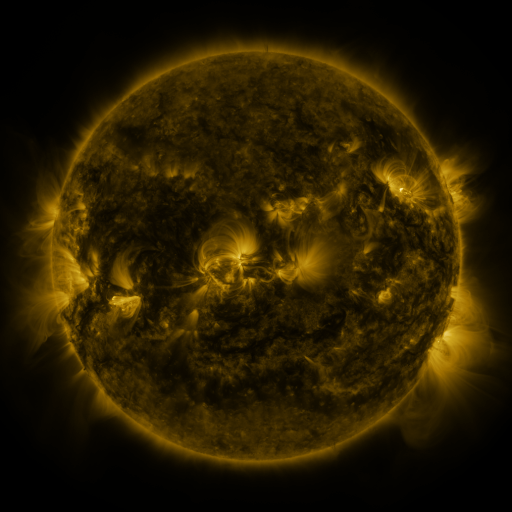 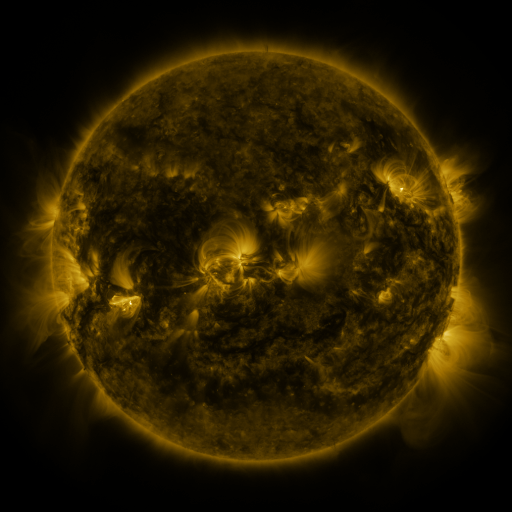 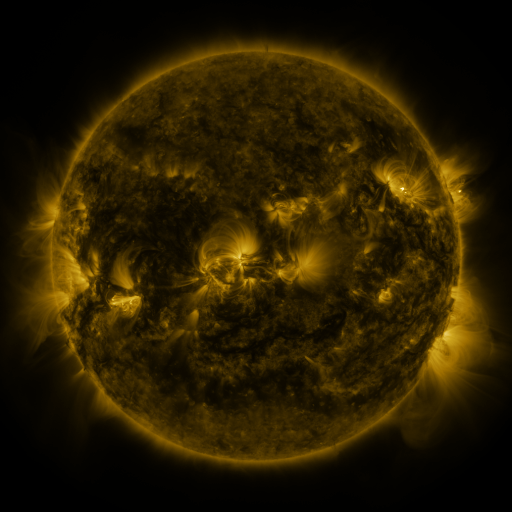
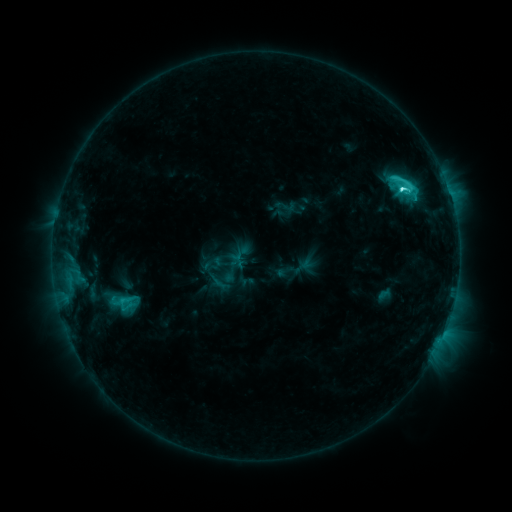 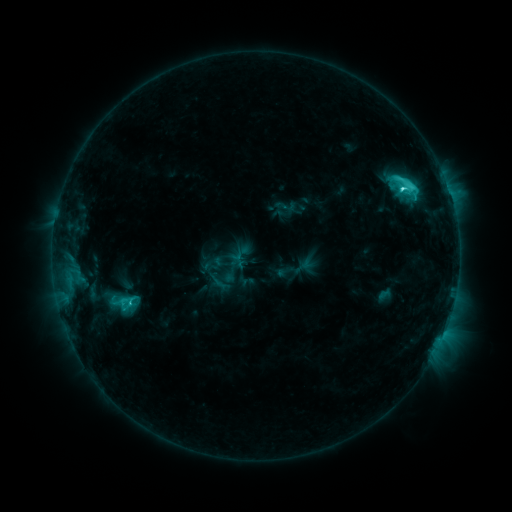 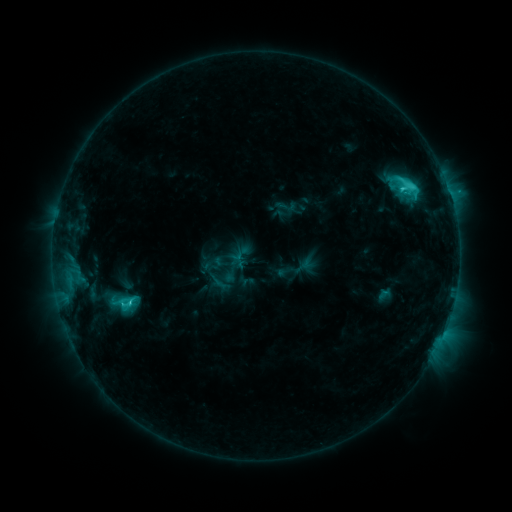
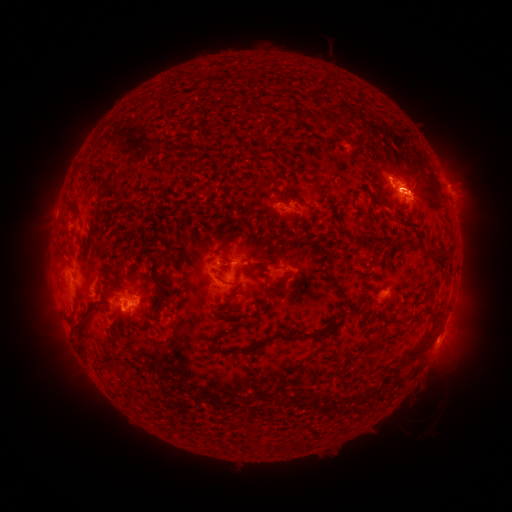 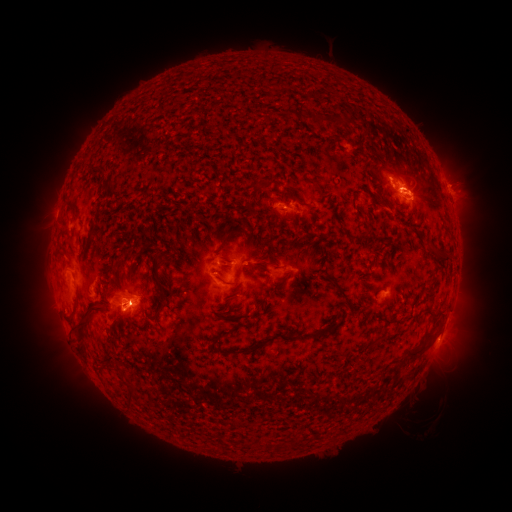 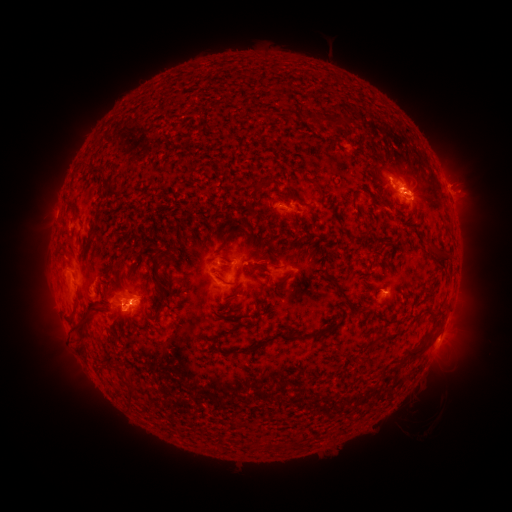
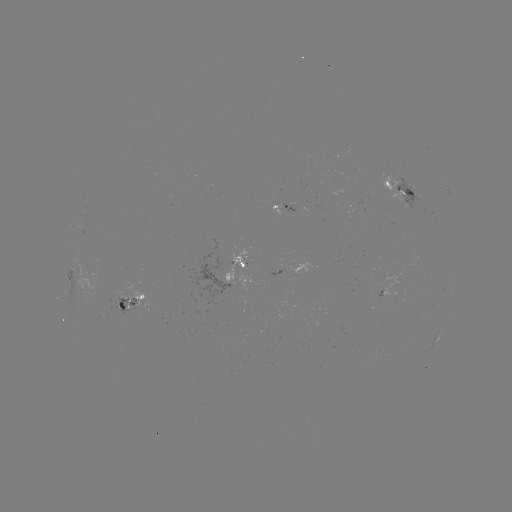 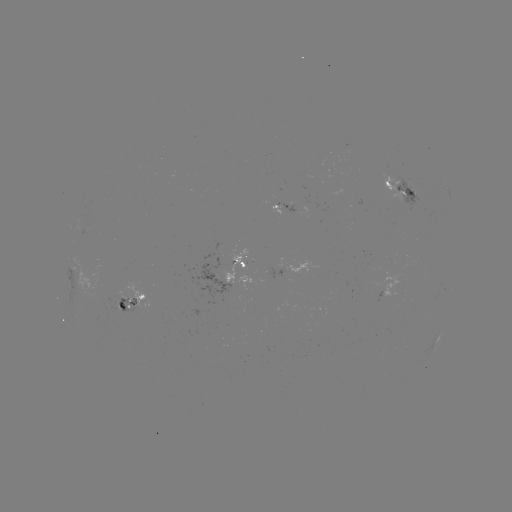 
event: eruption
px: (140, 294)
